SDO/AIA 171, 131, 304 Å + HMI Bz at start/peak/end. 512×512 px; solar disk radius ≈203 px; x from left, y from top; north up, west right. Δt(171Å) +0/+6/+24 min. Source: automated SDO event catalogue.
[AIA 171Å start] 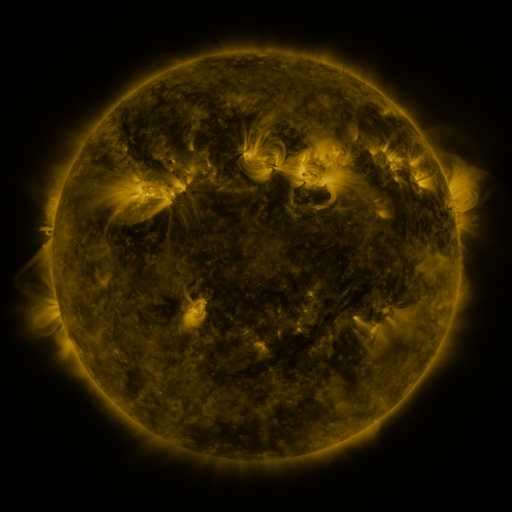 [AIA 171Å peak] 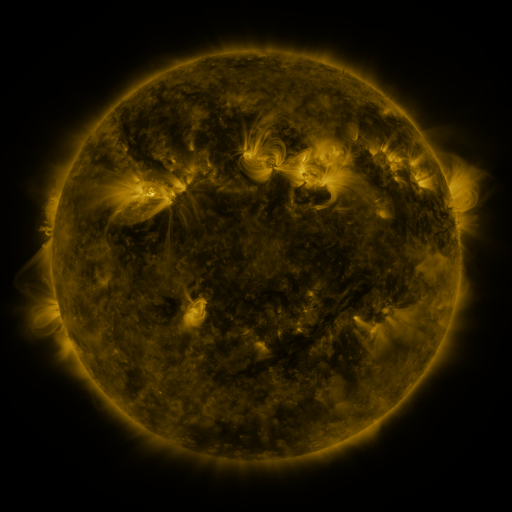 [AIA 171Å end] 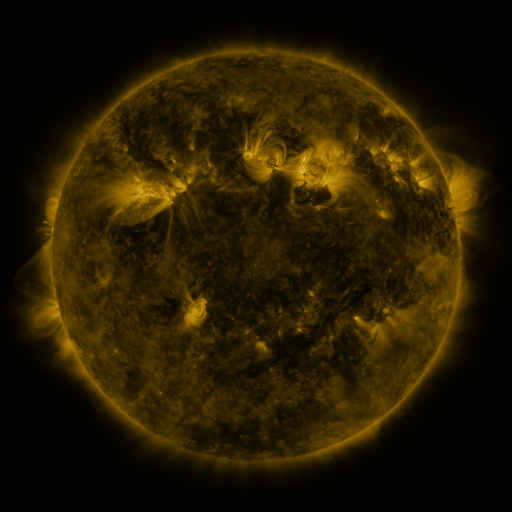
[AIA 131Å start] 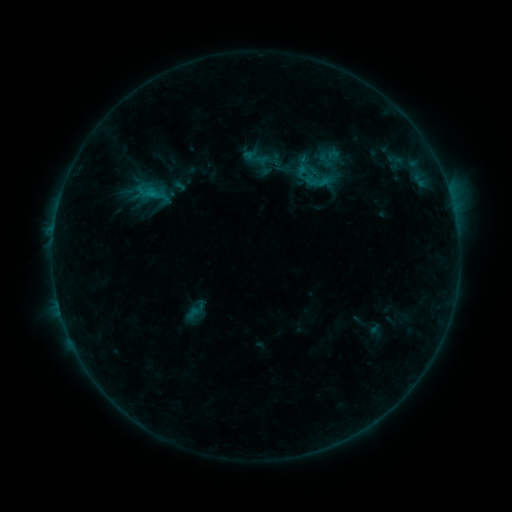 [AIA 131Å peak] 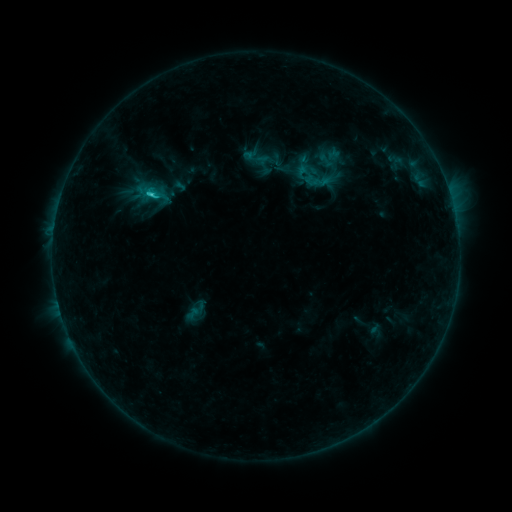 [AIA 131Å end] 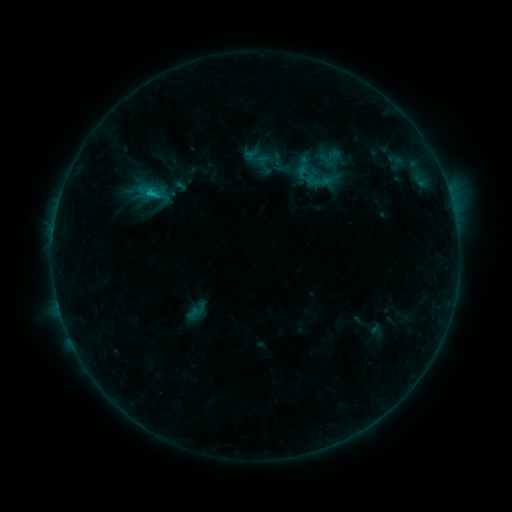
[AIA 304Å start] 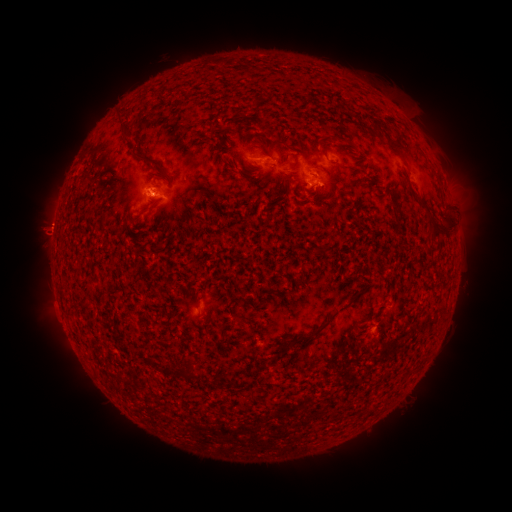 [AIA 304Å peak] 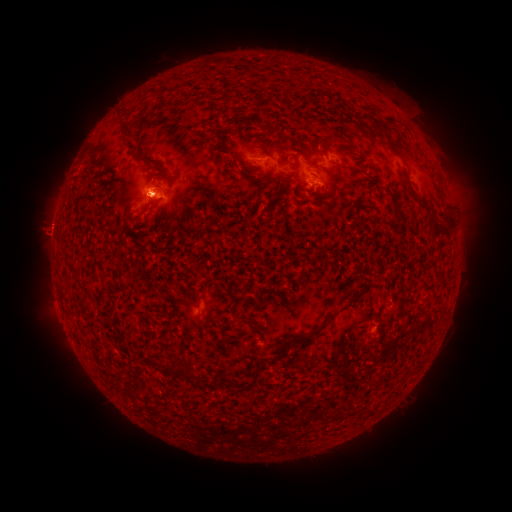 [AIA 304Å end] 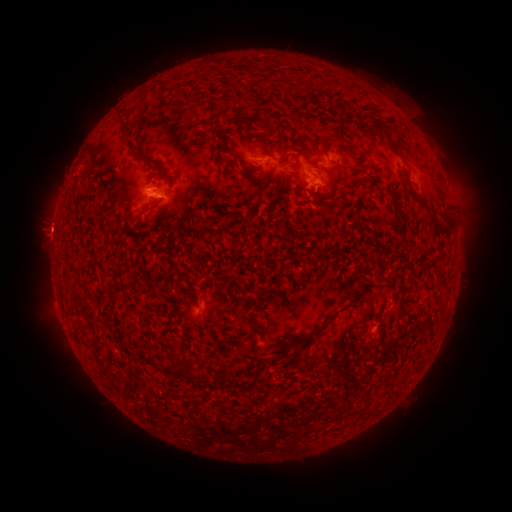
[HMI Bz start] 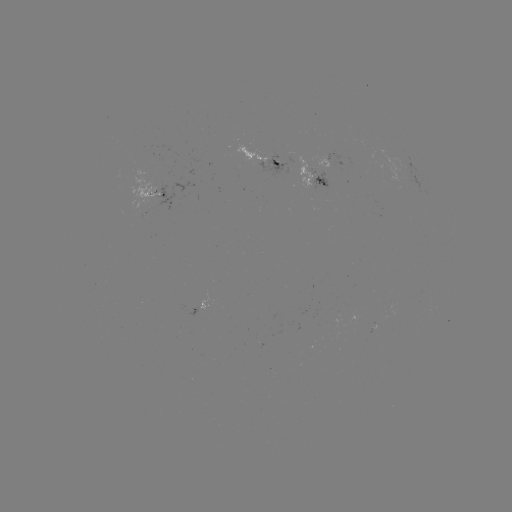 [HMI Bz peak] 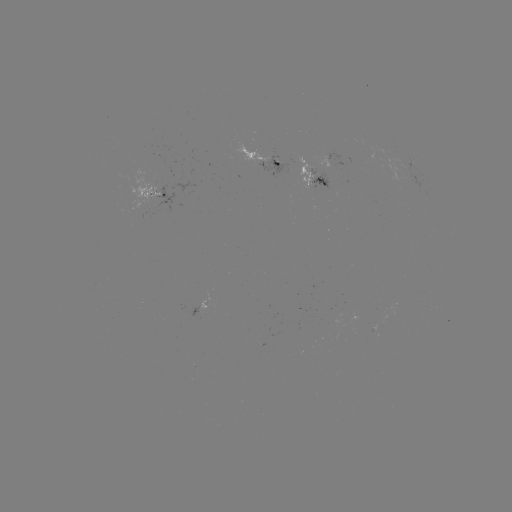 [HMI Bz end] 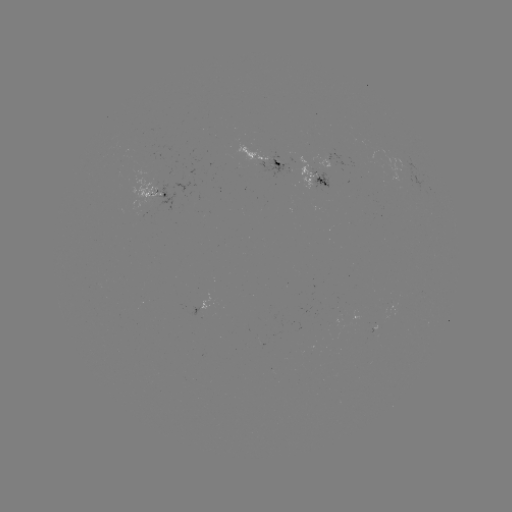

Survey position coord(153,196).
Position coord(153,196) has C1.2 flare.